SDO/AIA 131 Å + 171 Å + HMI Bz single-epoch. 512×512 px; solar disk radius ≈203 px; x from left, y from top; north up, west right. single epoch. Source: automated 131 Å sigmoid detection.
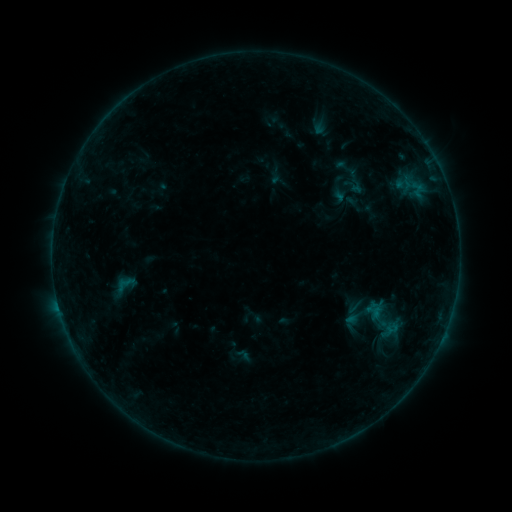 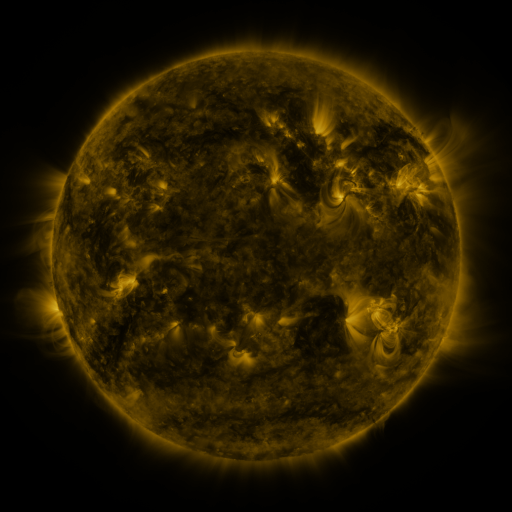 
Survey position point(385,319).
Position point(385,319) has sigmoid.